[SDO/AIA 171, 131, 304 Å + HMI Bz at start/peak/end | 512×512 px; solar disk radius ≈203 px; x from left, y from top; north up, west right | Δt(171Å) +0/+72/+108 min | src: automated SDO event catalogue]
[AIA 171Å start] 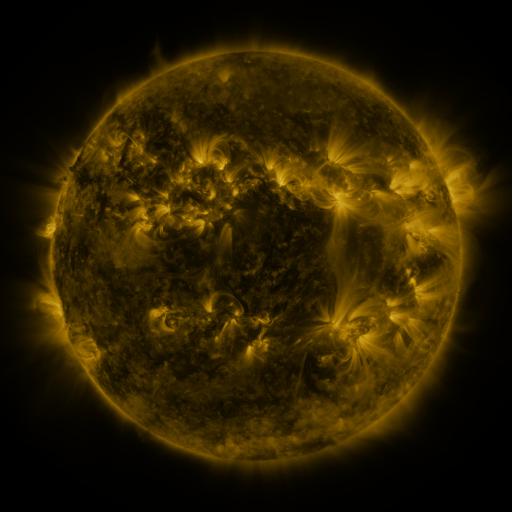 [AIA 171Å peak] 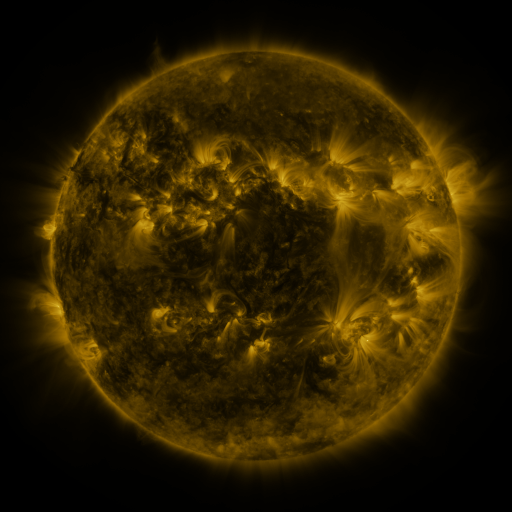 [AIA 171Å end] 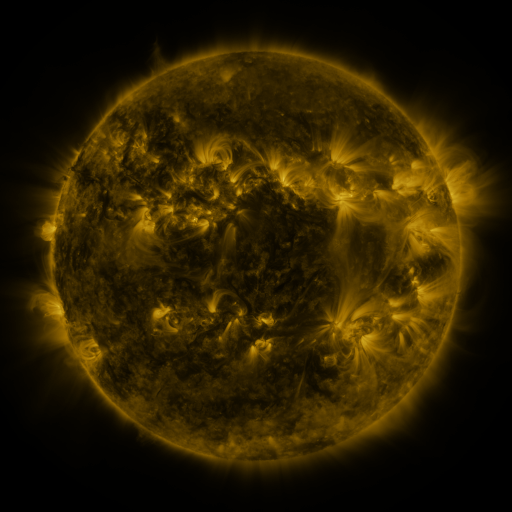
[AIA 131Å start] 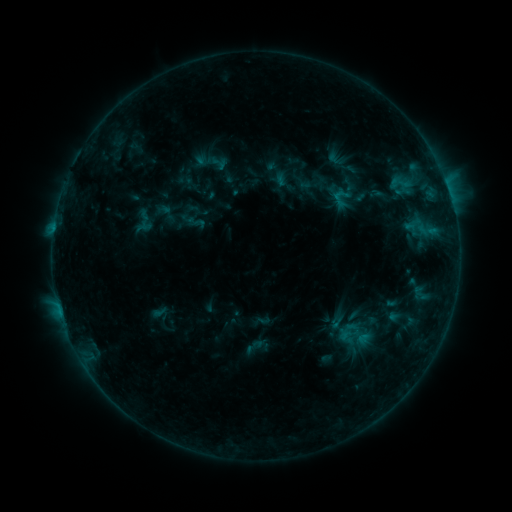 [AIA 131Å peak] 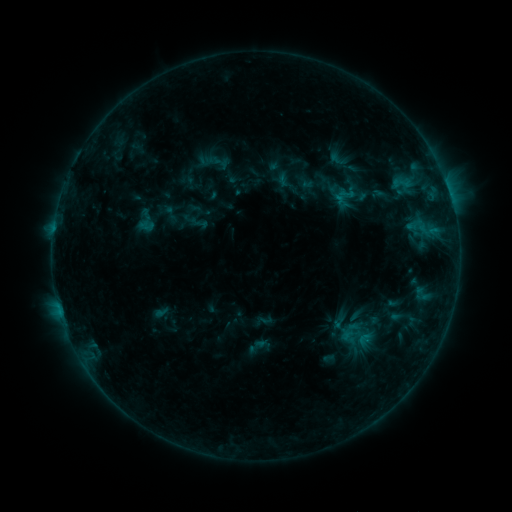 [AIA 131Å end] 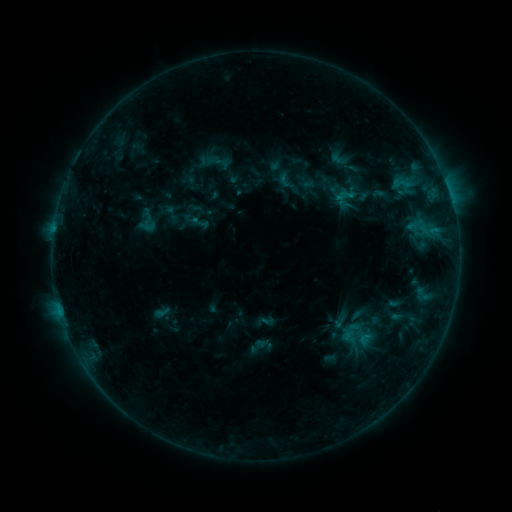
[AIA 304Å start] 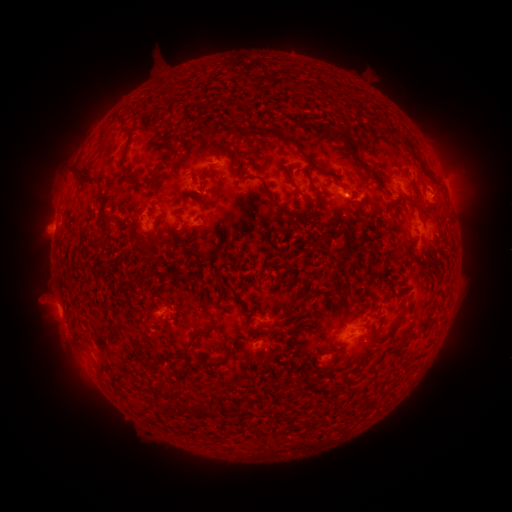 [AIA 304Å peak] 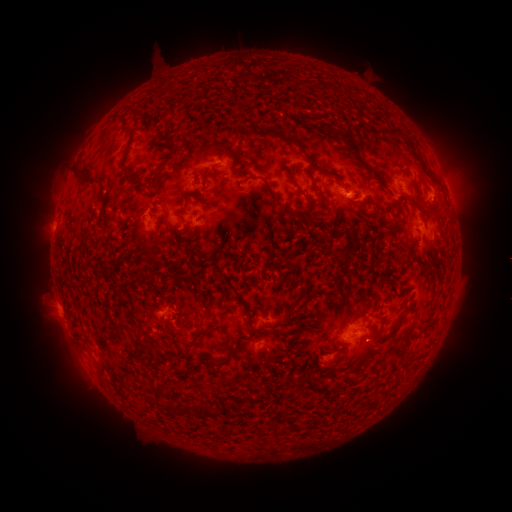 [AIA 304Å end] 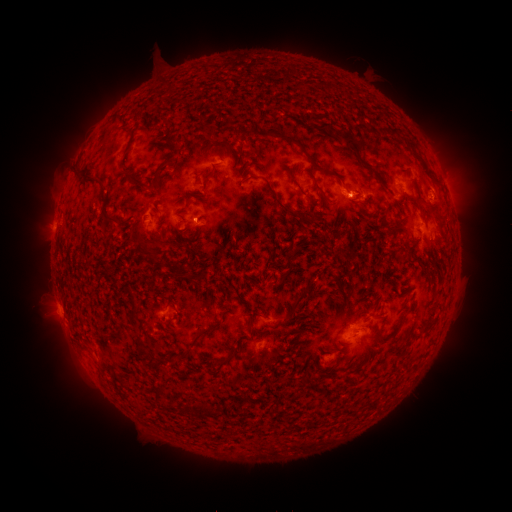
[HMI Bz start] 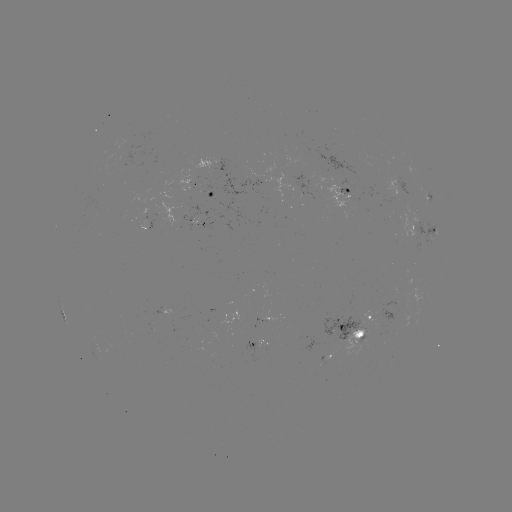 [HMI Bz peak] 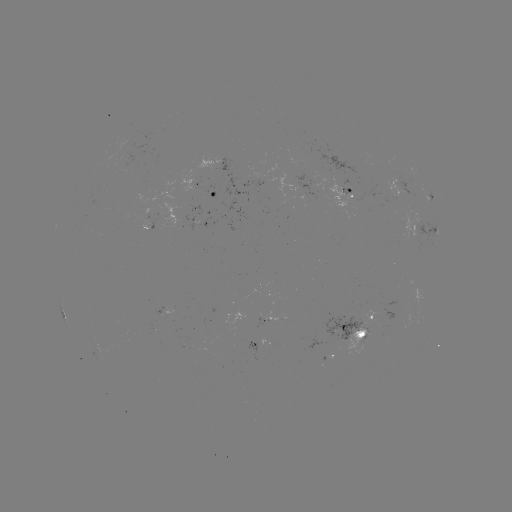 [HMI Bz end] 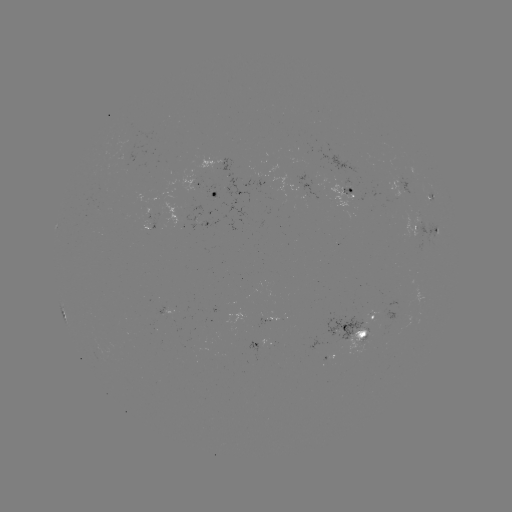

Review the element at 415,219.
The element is emerging-flux region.